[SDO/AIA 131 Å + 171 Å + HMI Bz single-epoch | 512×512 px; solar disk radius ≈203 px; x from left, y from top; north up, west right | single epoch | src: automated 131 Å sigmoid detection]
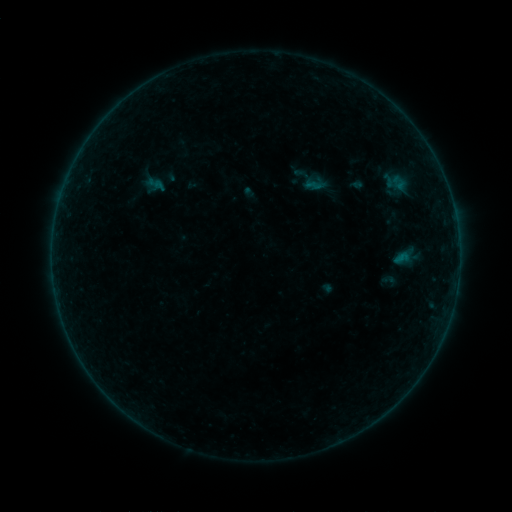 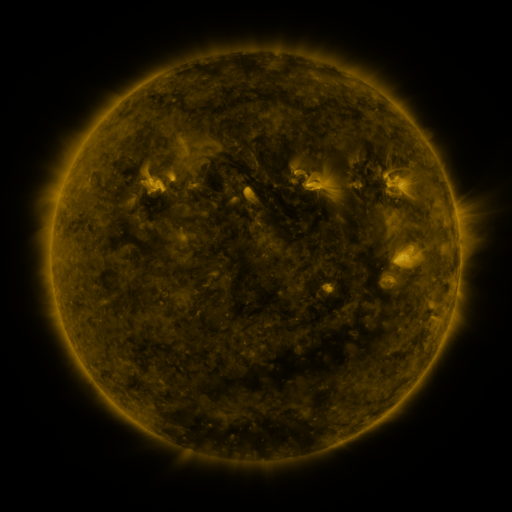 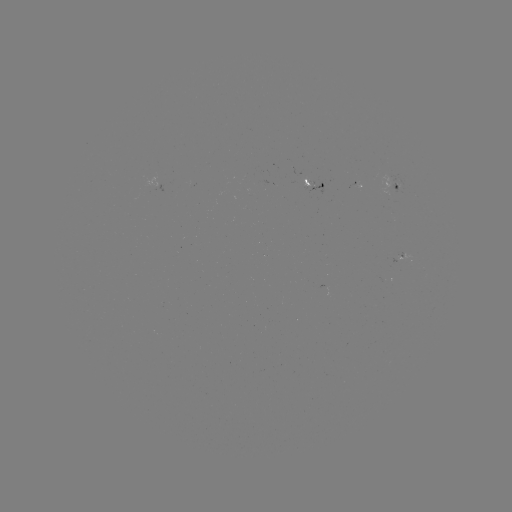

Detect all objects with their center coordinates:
sigmoid: (399, 183)
